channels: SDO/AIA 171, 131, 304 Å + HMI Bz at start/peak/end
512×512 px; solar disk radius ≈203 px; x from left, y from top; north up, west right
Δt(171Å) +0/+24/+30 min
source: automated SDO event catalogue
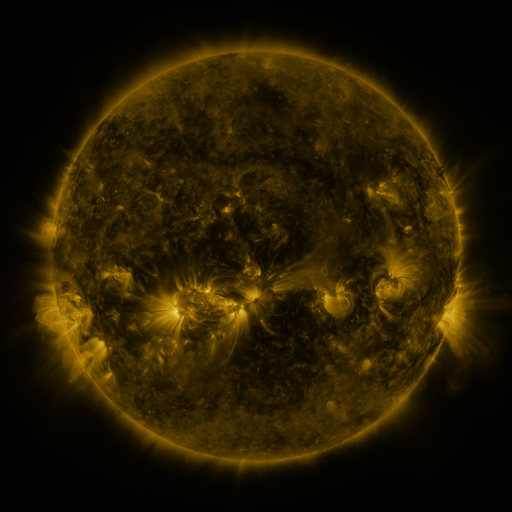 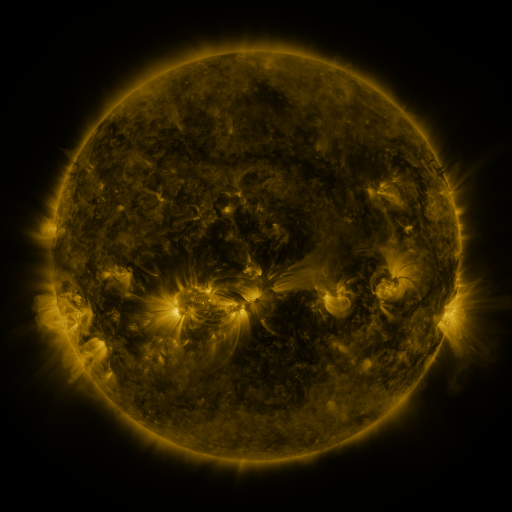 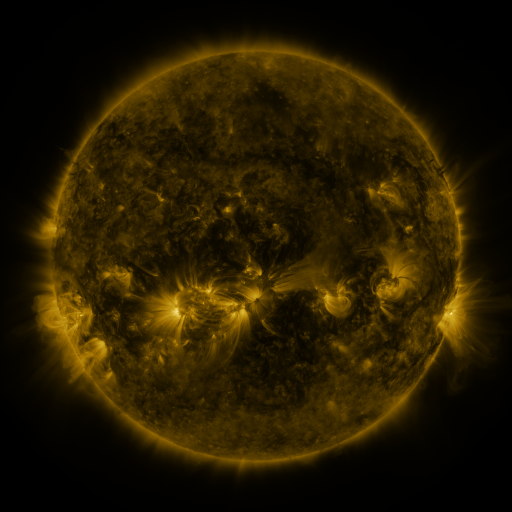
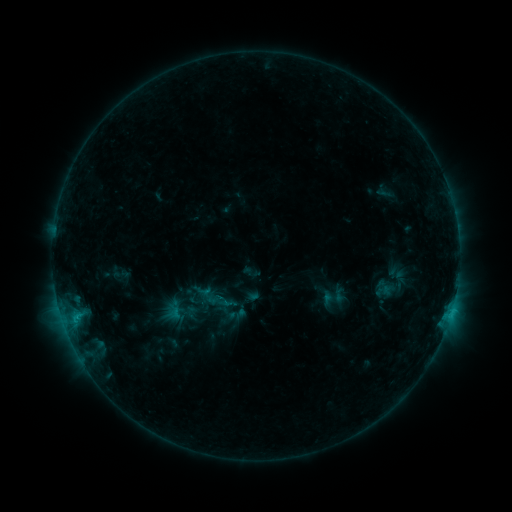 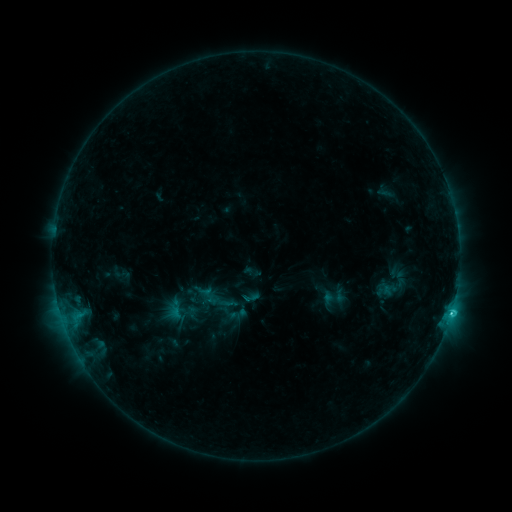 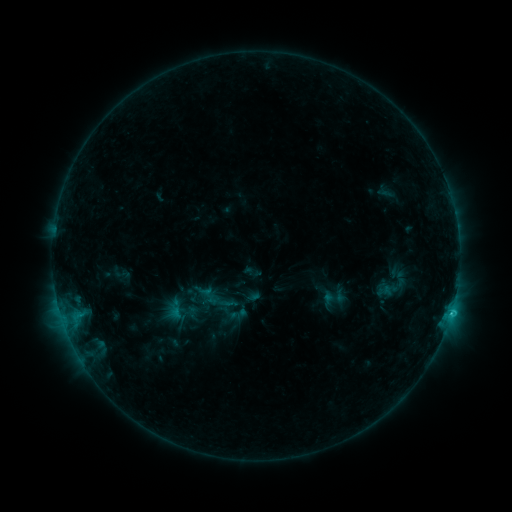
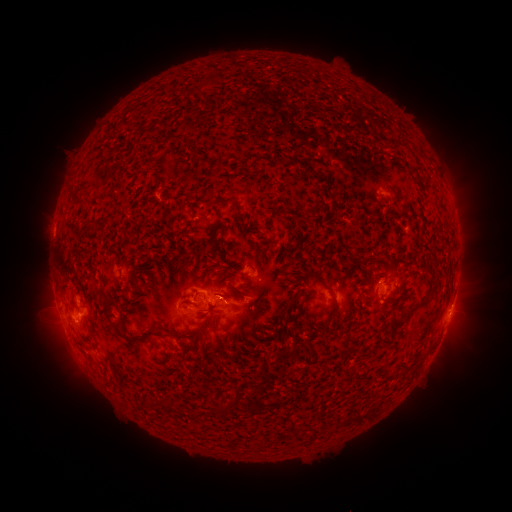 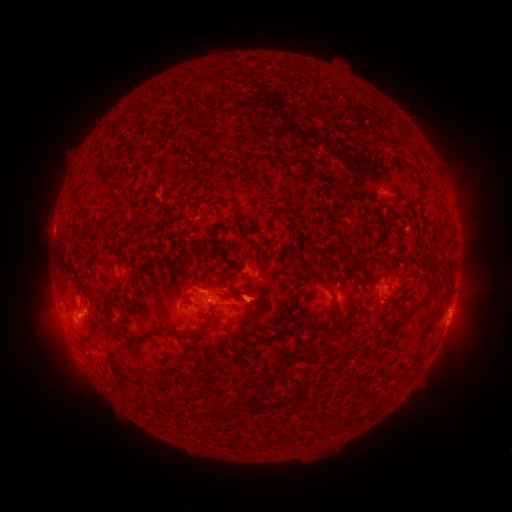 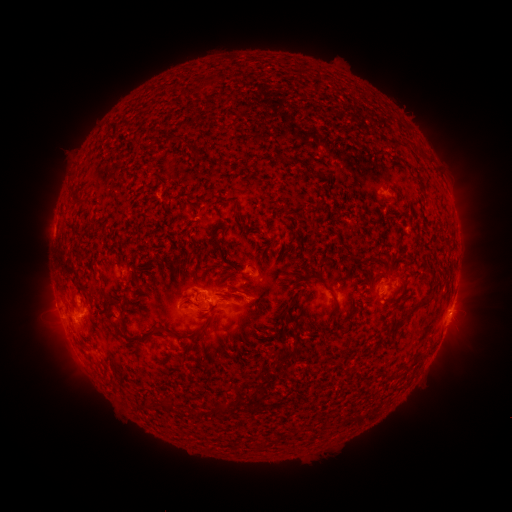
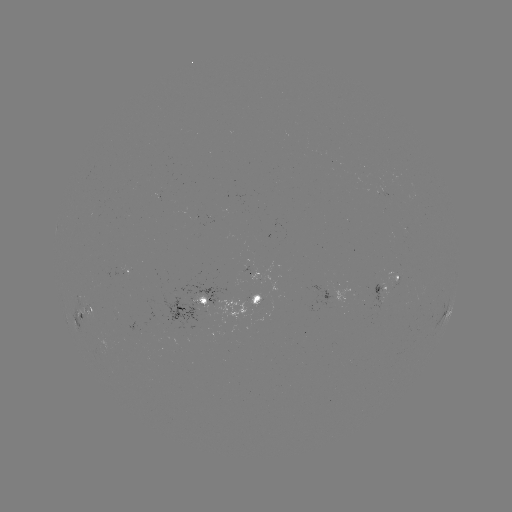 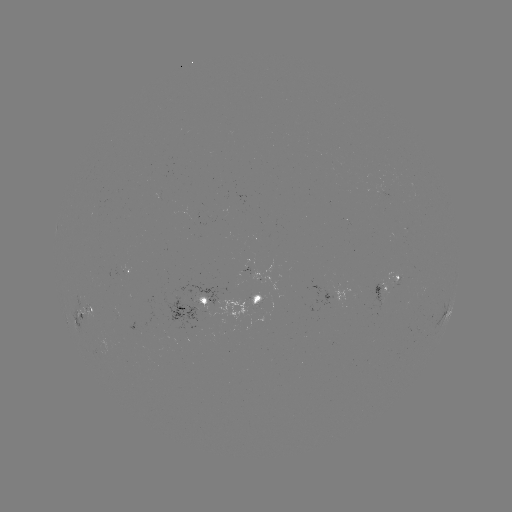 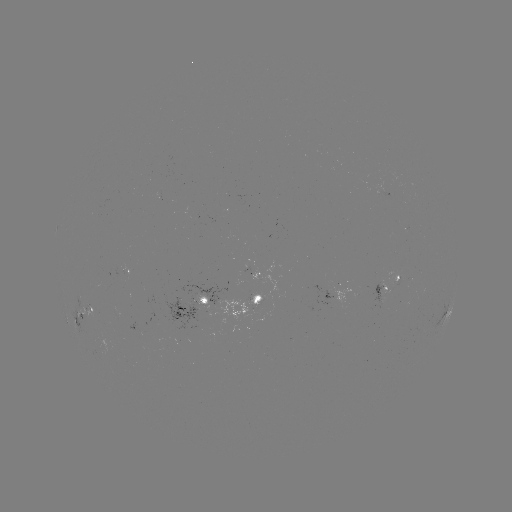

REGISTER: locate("C1.7 flare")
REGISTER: (451, 311)